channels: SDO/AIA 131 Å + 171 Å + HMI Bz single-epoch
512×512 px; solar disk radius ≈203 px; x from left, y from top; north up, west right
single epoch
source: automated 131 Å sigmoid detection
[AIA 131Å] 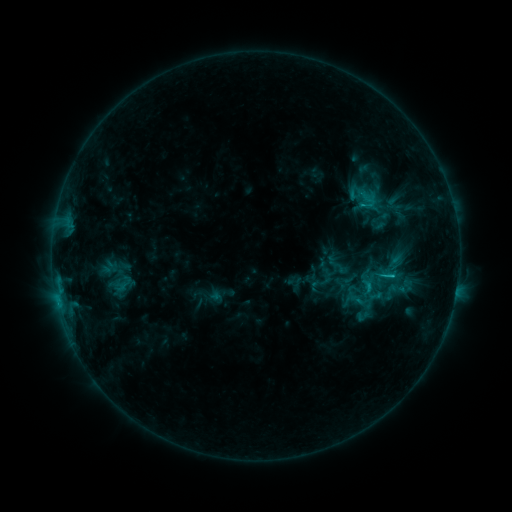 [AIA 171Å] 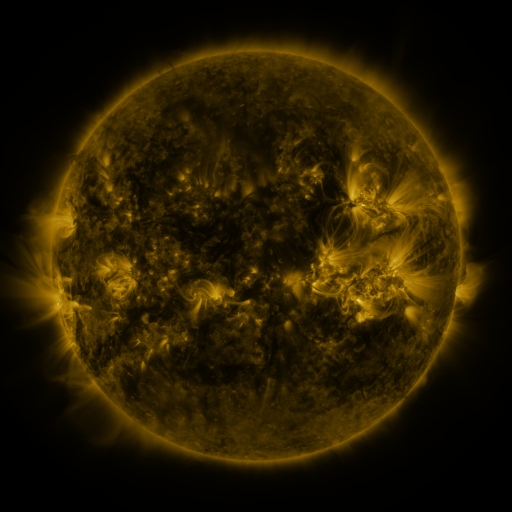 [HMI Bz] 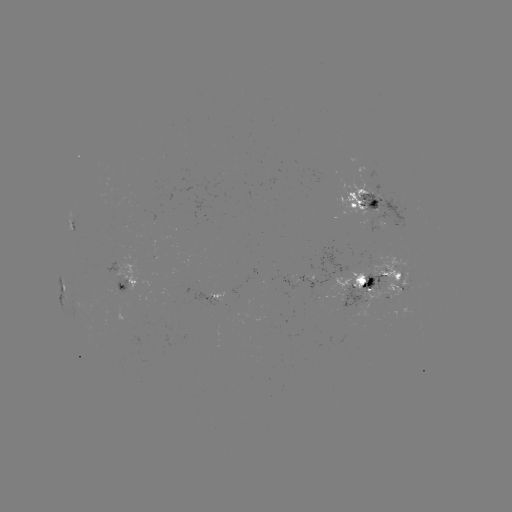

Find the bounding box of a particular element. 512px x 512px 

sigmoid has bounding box [384, 275, 409, 304].